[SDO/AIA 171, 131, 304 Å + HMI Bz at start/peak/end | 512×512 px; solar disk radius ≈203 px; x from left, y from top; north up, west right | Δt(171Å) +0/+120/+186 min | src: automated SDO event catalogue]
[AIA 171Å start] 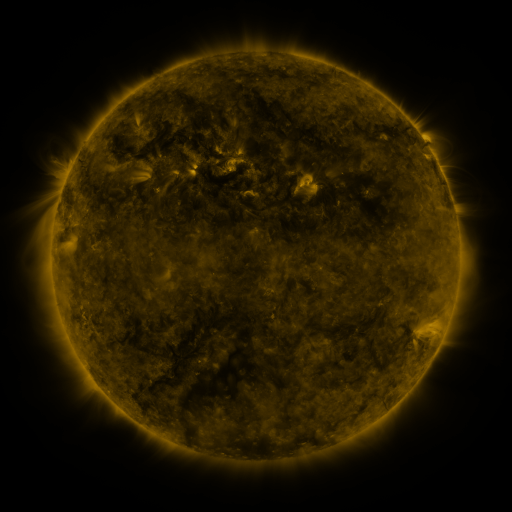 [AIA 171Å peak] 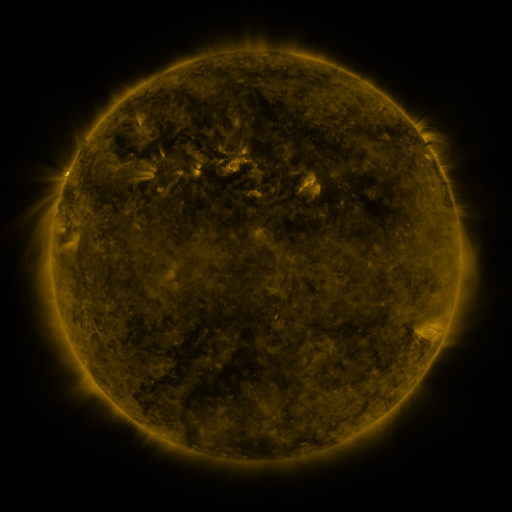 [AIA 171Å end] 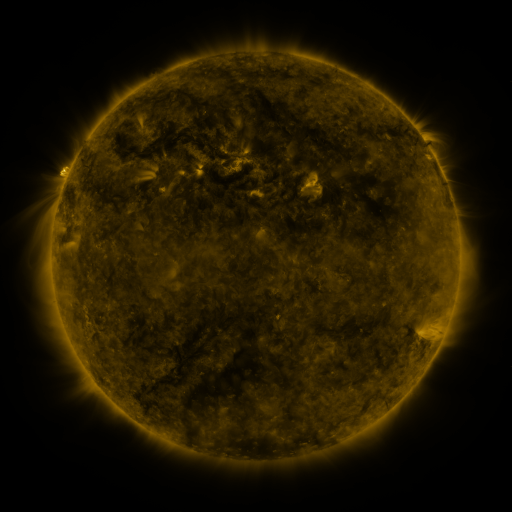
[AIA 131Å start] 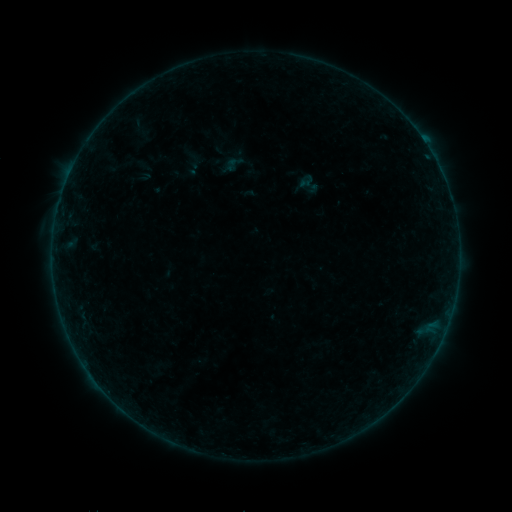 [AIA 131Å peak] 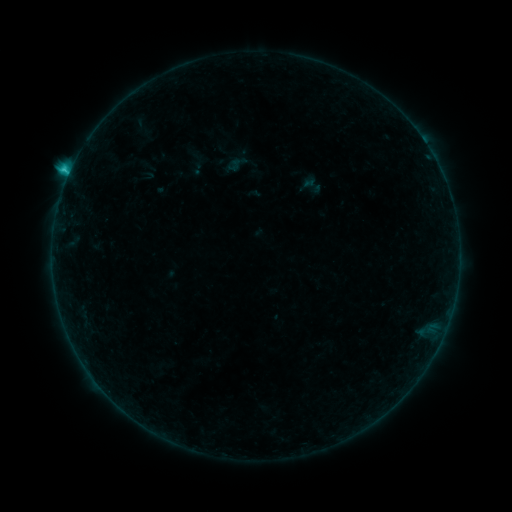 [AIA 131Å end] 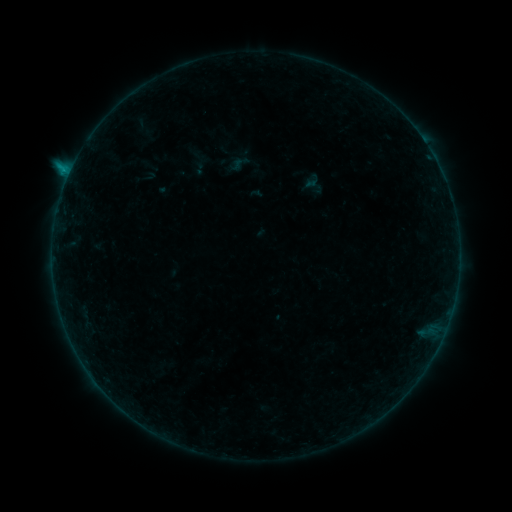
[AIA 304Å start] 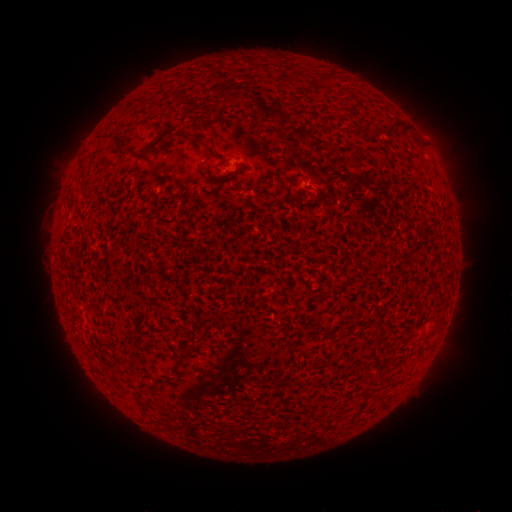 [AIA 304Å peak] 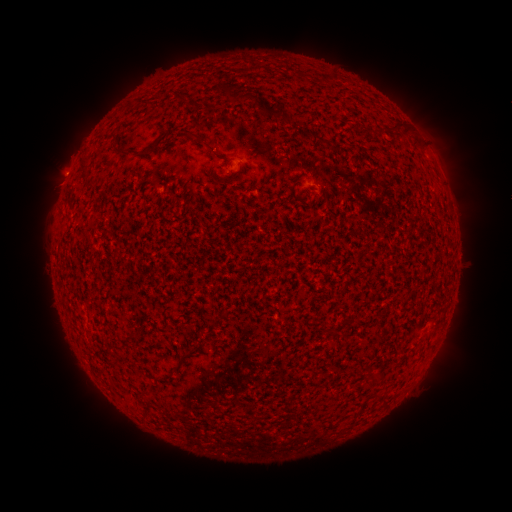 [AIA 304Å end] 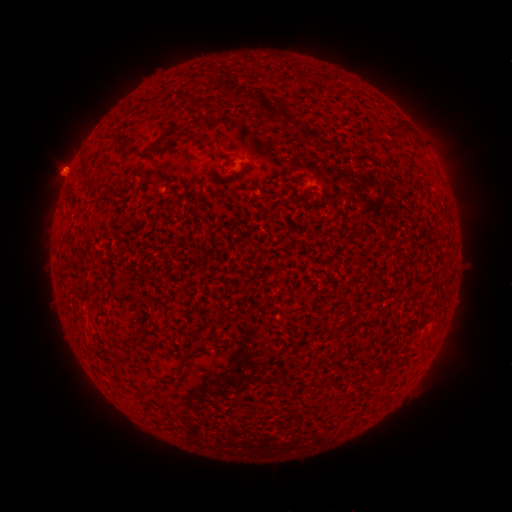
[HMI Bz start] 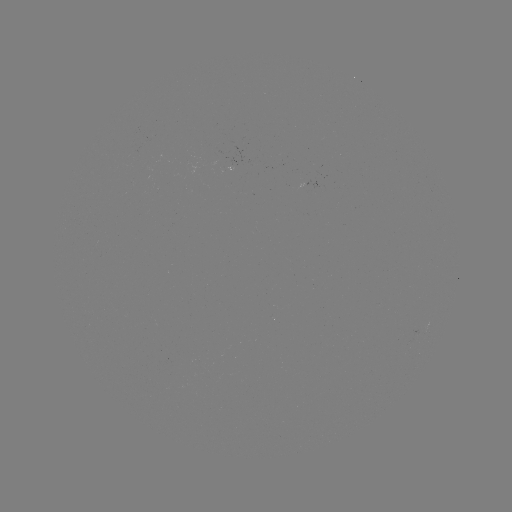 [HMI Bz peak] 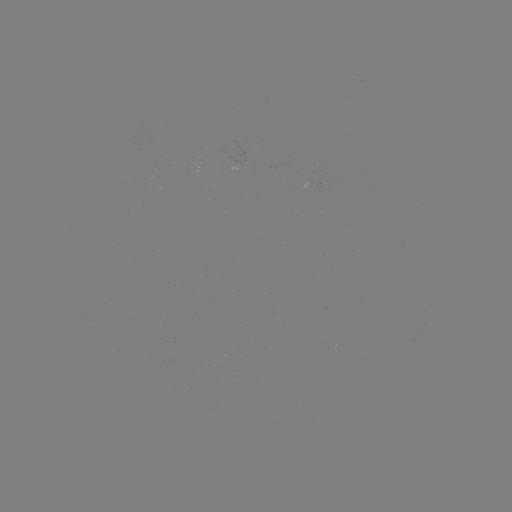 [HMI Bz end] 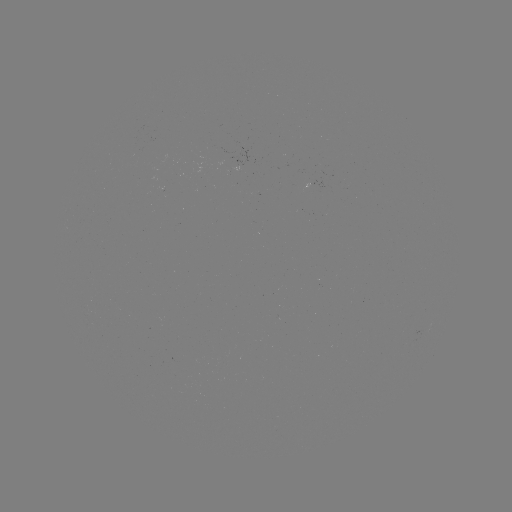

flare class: C1.6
